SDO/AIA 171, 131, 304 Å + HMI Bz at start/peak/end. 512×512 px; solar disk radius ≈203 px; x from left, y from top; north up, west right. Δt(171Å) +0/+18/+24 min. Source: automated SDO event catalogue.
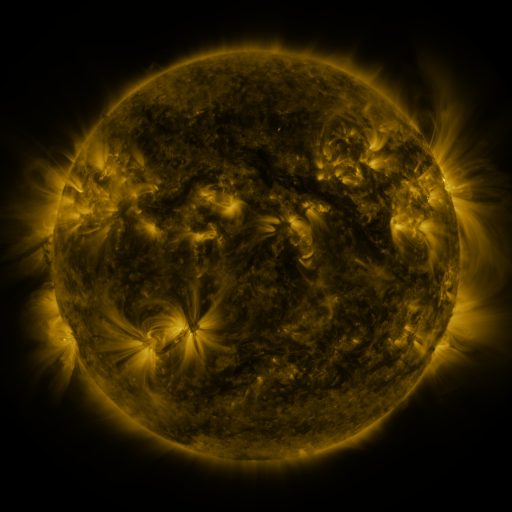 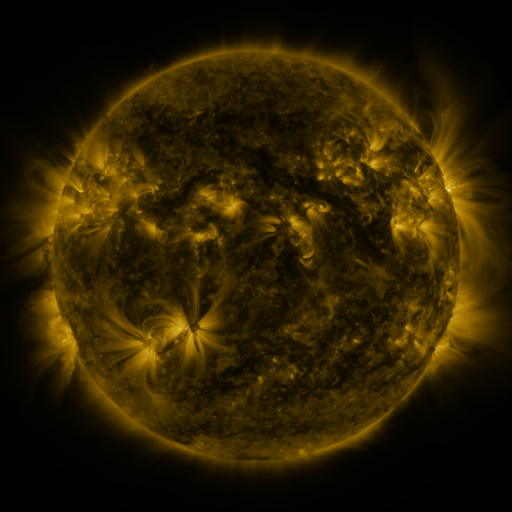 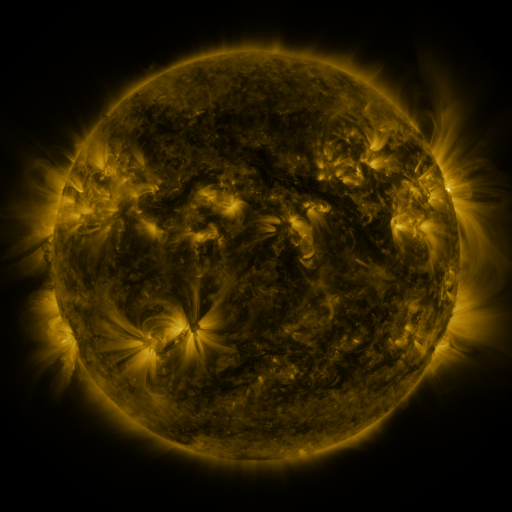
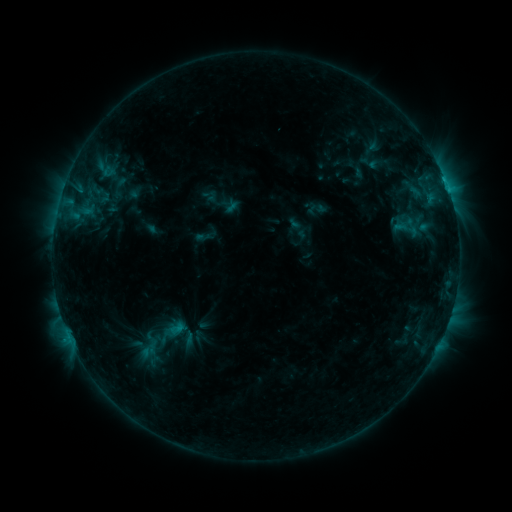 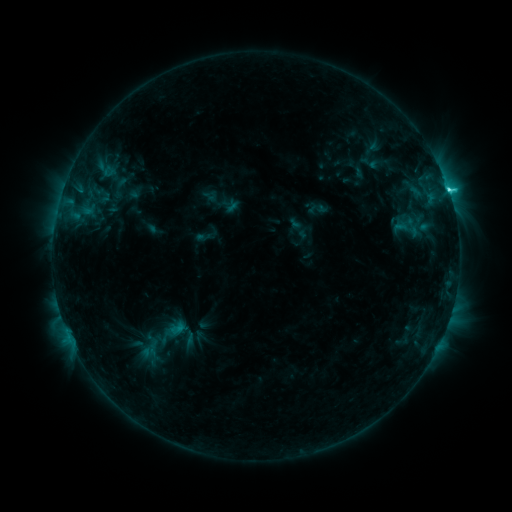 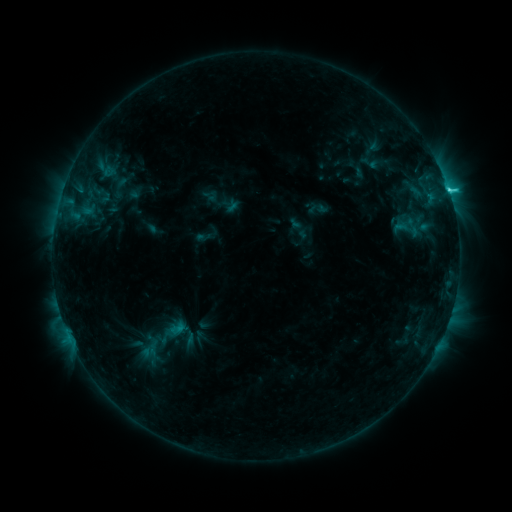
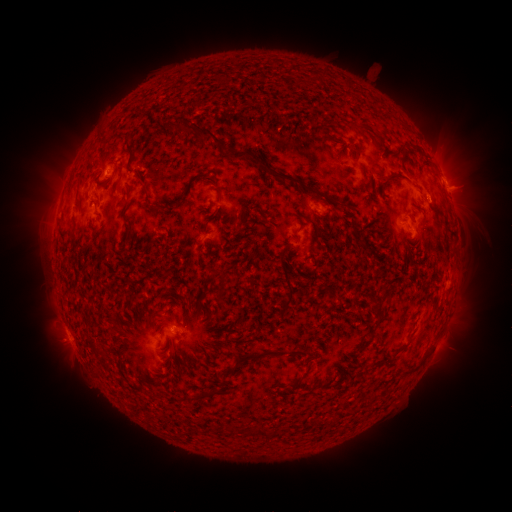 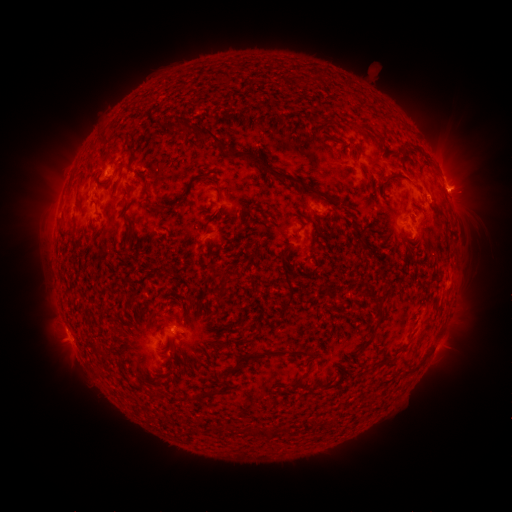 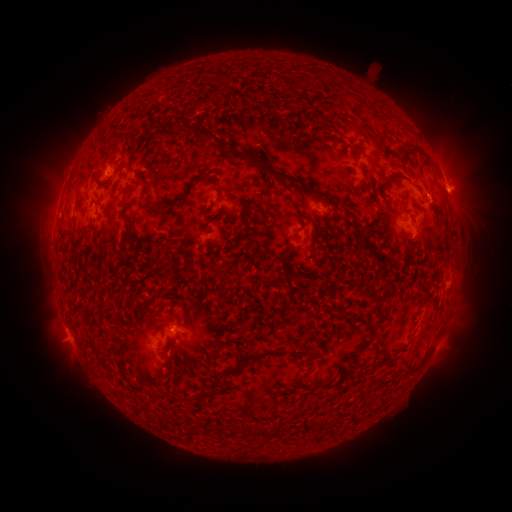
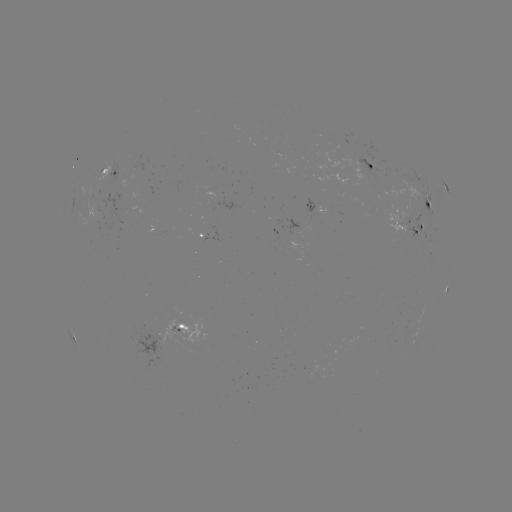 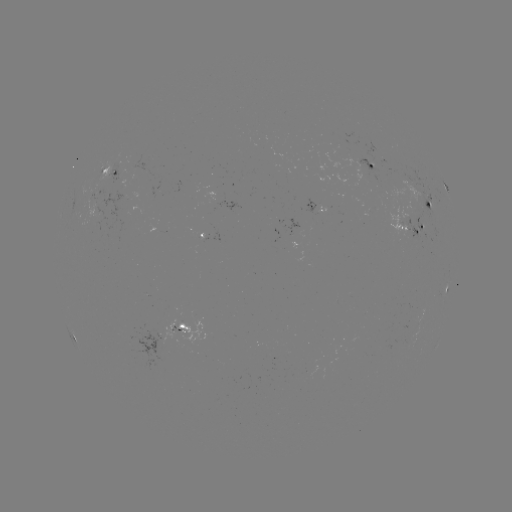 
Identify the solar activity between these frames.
C3.0 flare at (449, 193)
